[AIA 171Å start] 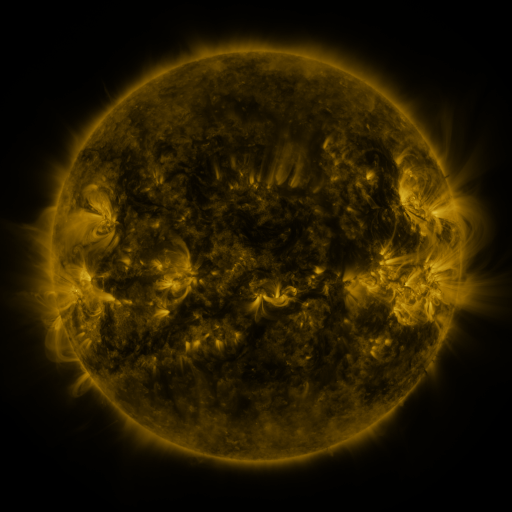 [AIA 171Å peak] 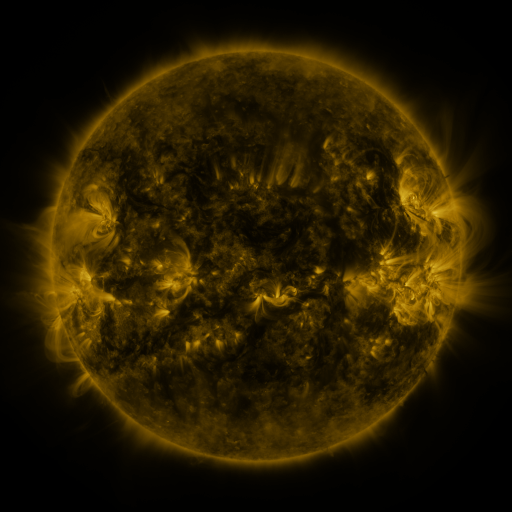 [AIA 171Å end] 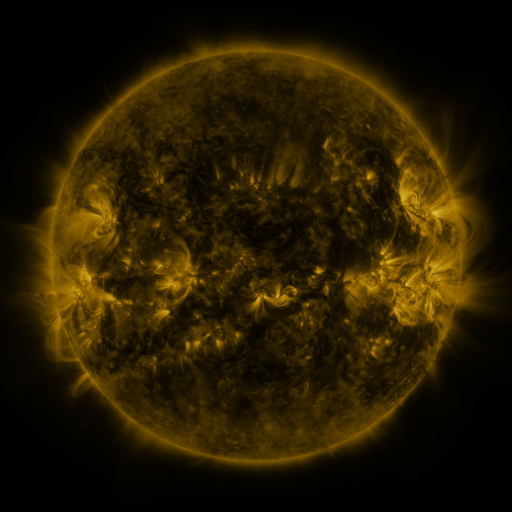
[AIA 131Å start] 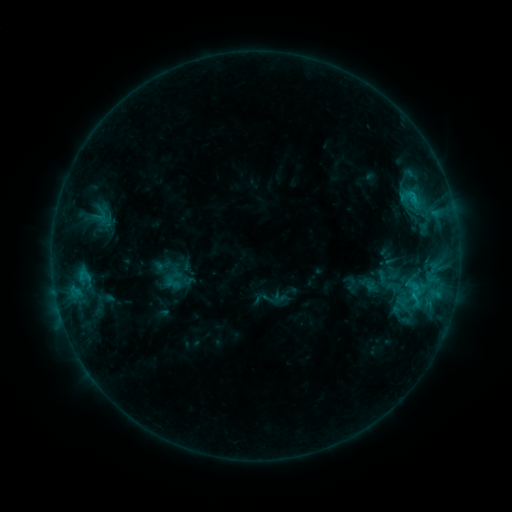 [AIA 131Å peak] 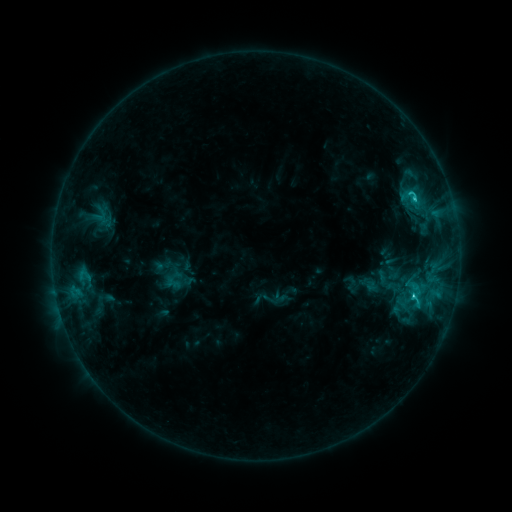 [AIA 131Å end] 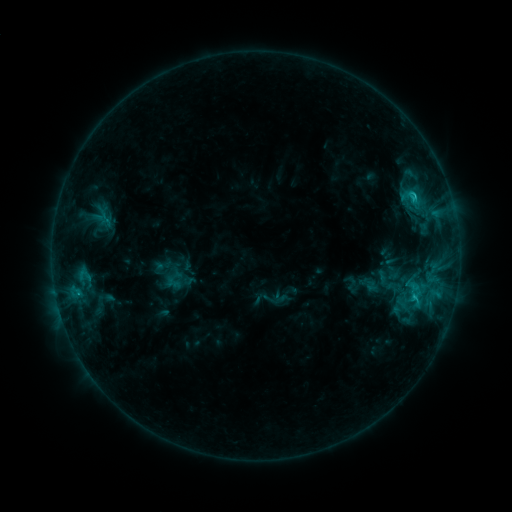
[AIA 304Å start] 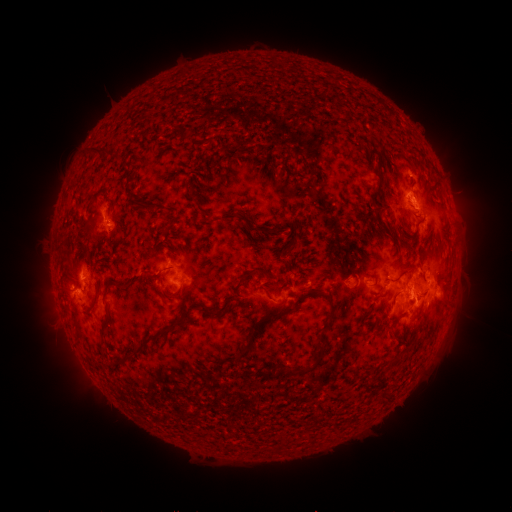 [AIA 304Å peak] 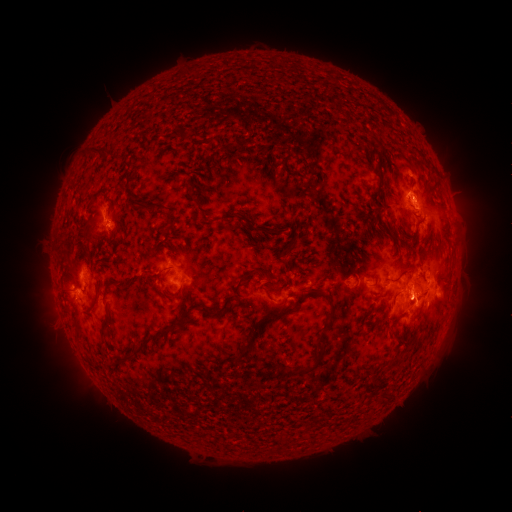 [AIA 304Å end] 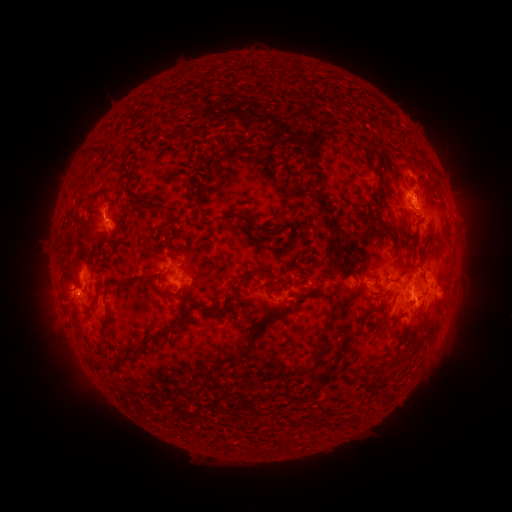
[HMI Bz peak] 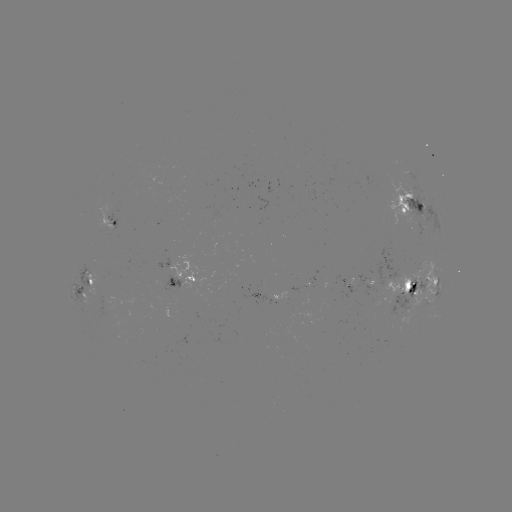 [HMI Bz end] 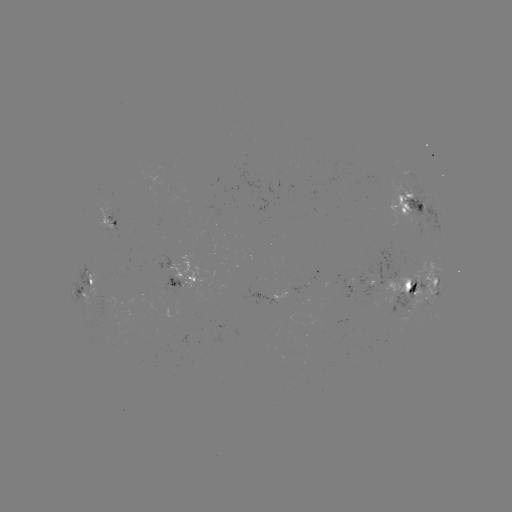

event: flare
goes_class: C2.5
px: (413, 295)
